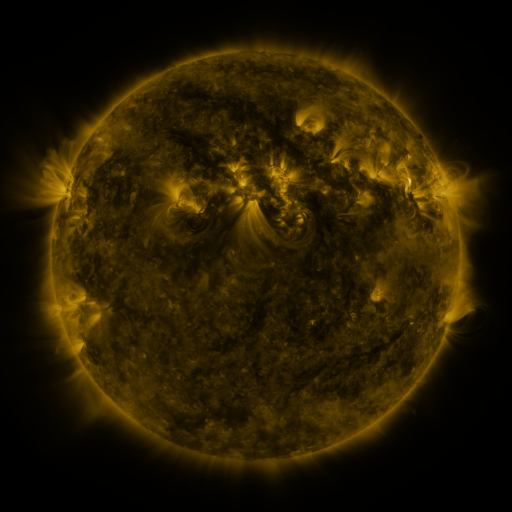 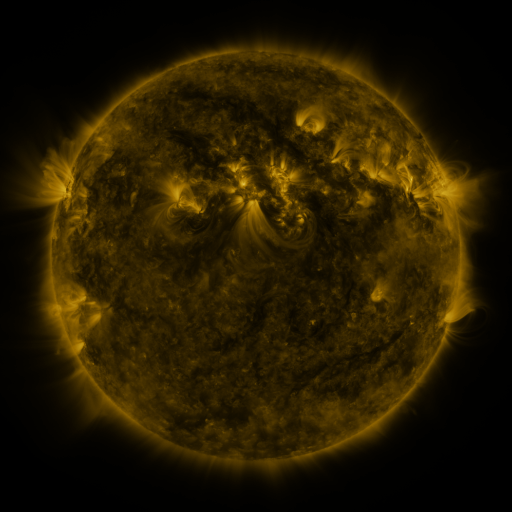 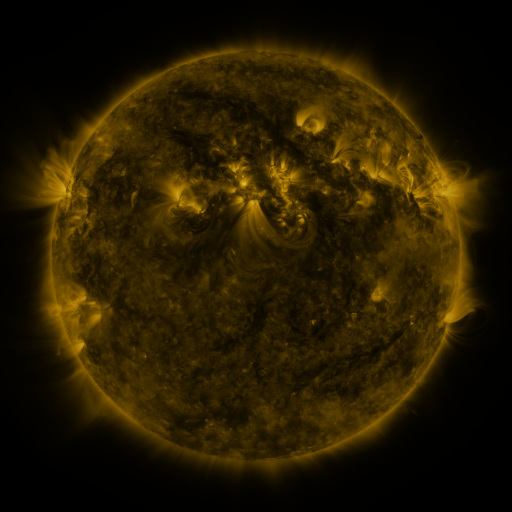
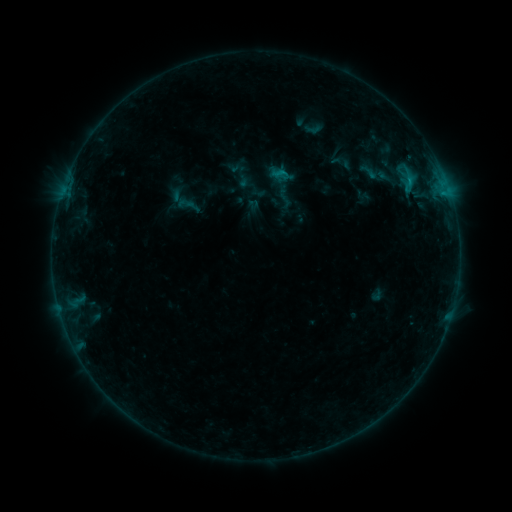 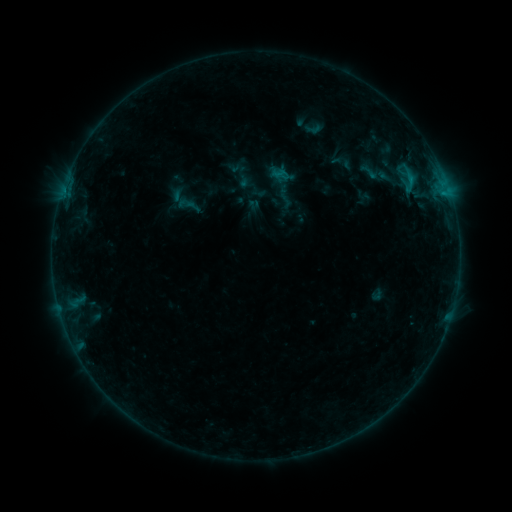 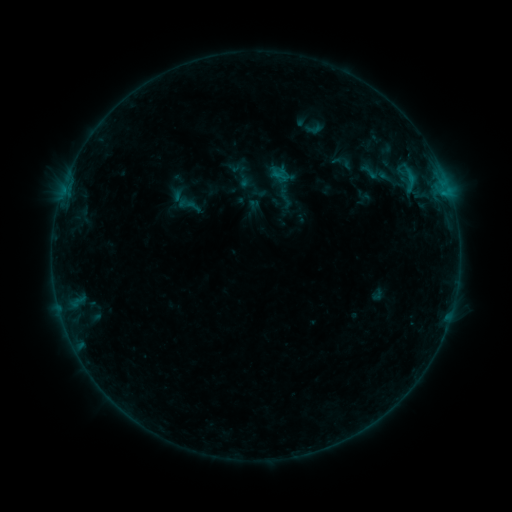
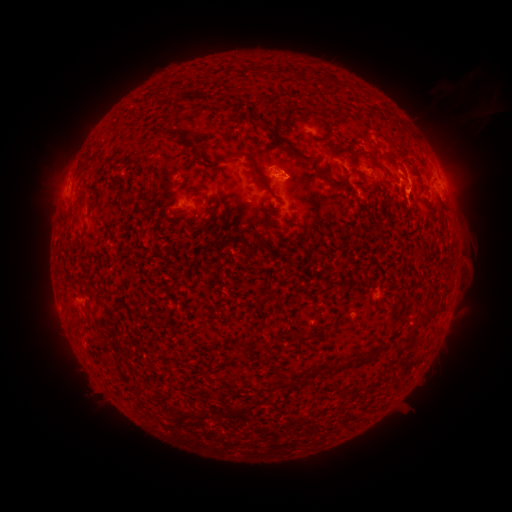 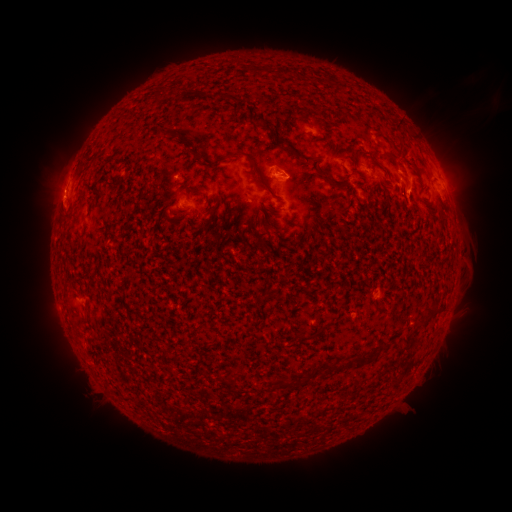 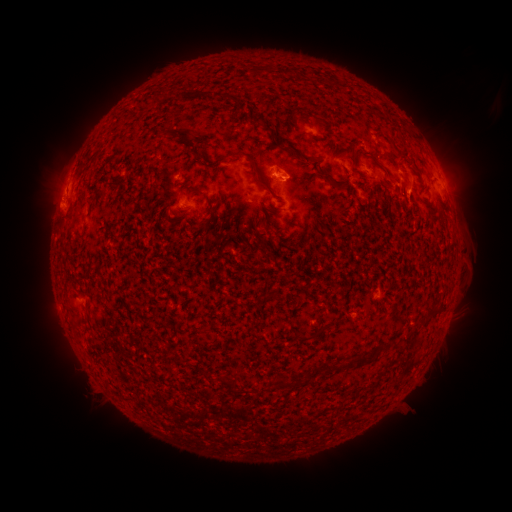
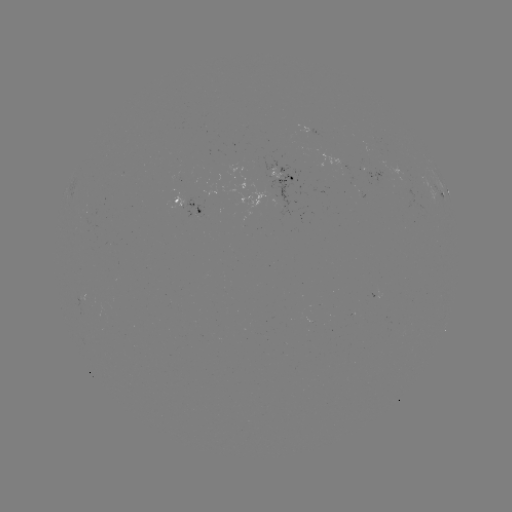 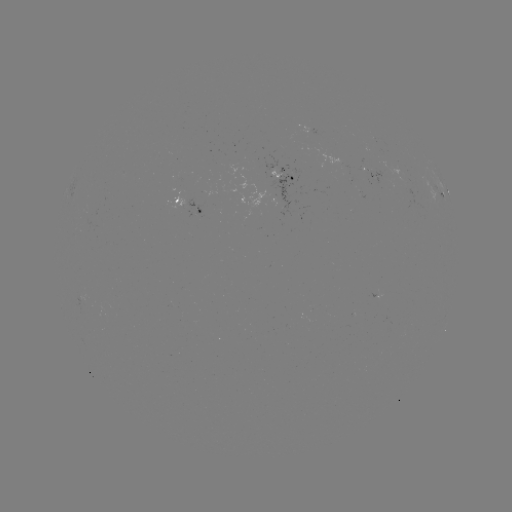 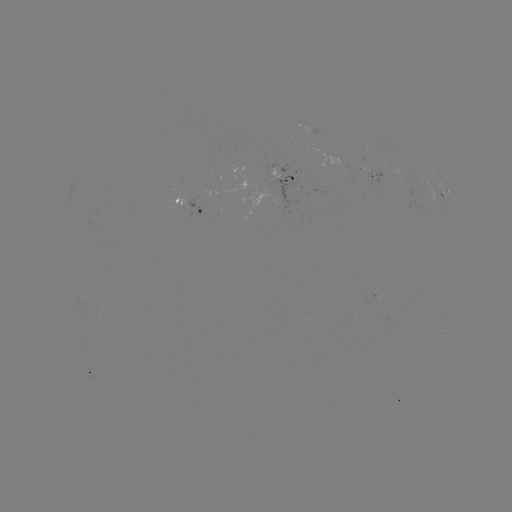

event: eruption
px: (55, 196)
